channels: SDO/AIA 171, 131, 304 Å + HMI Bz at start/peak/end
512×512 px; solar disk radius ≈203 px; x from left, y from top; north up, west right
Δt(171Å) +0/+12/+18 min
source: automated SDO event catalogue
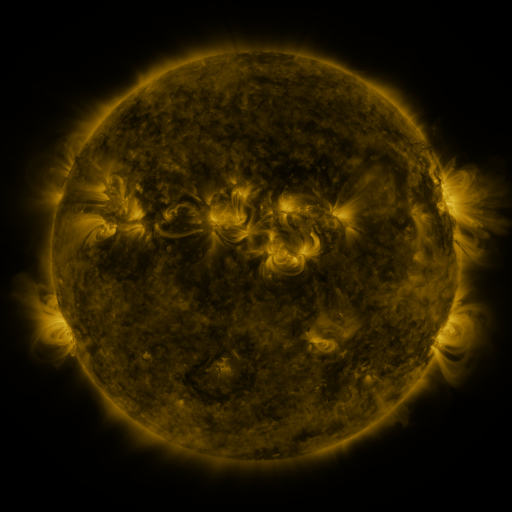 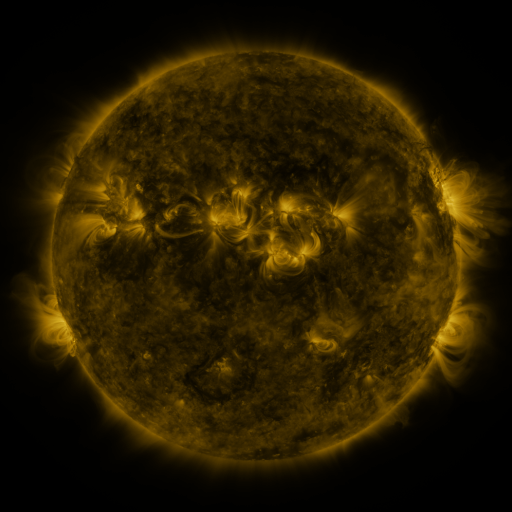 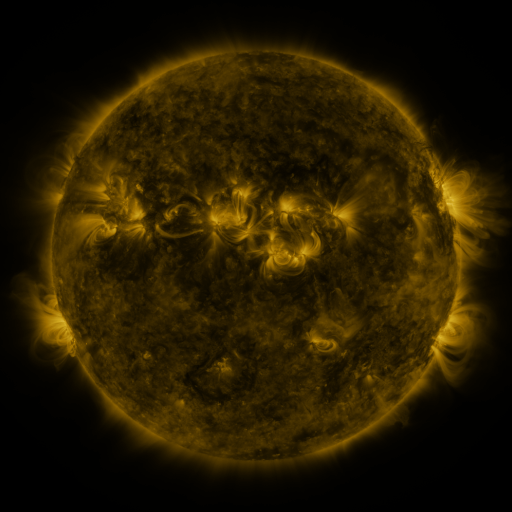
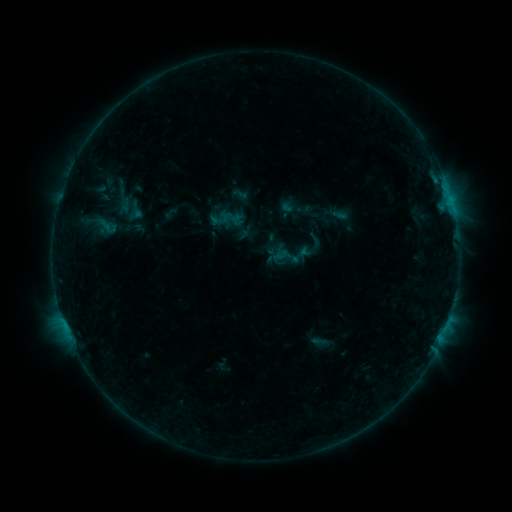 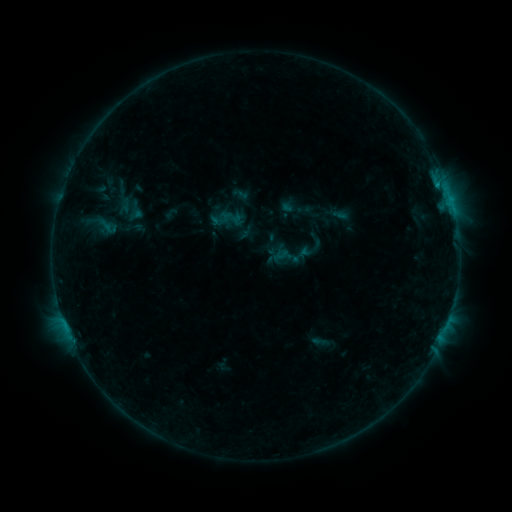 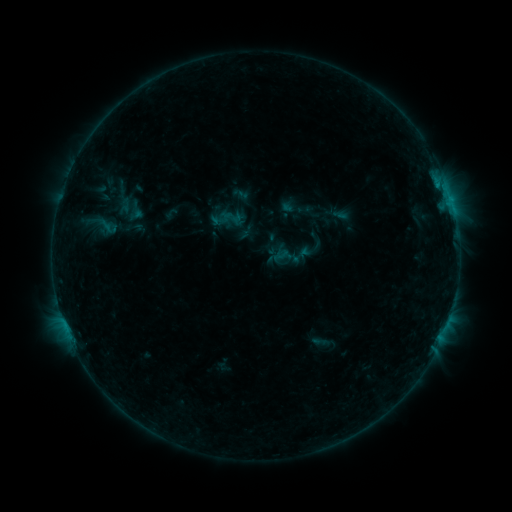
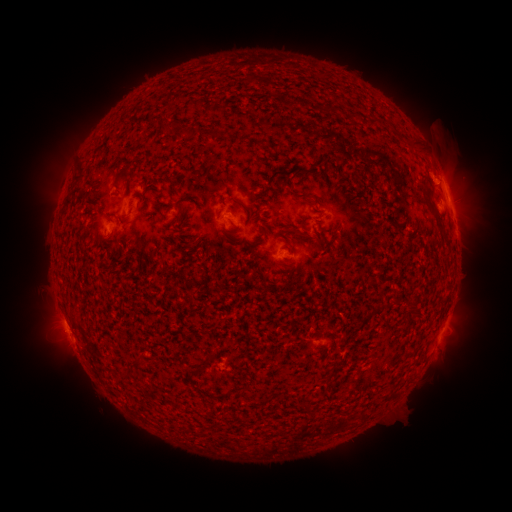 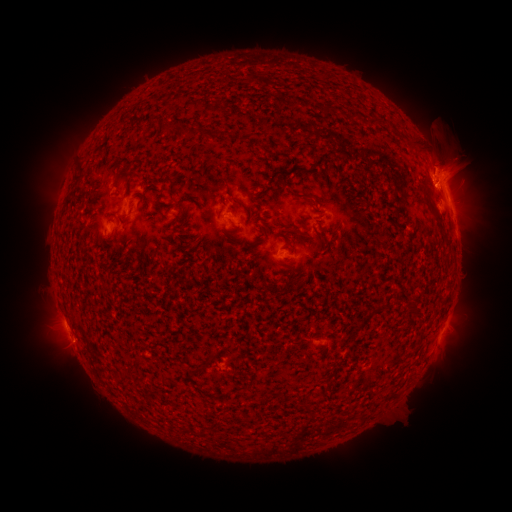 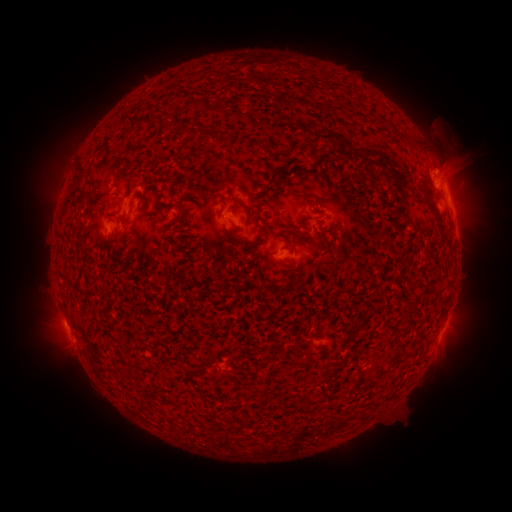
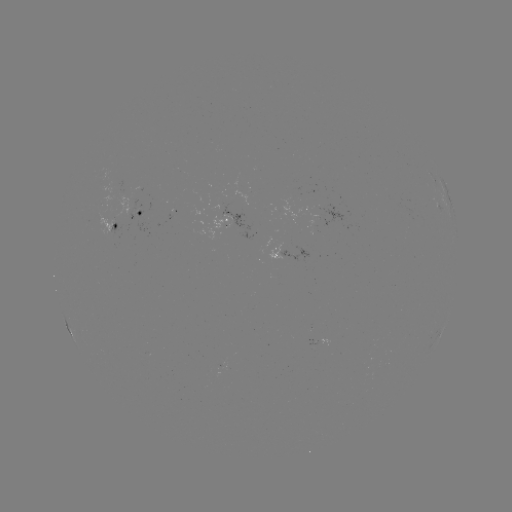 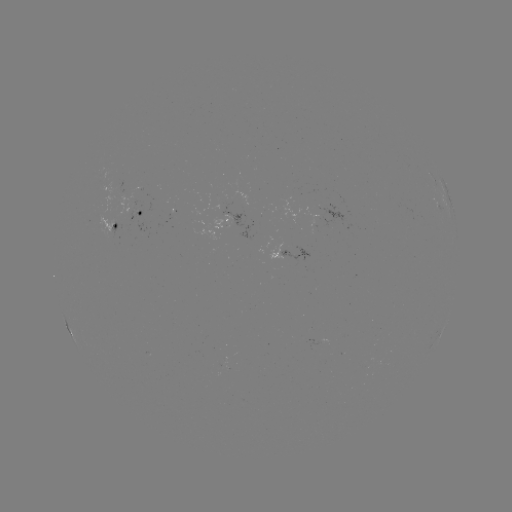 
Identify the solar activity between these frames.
B5.4 flare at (438, 186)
